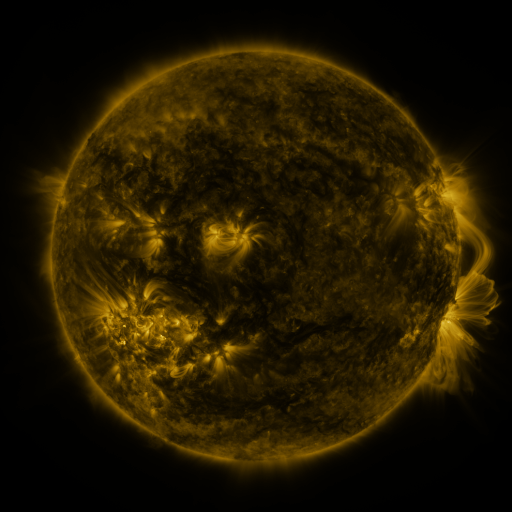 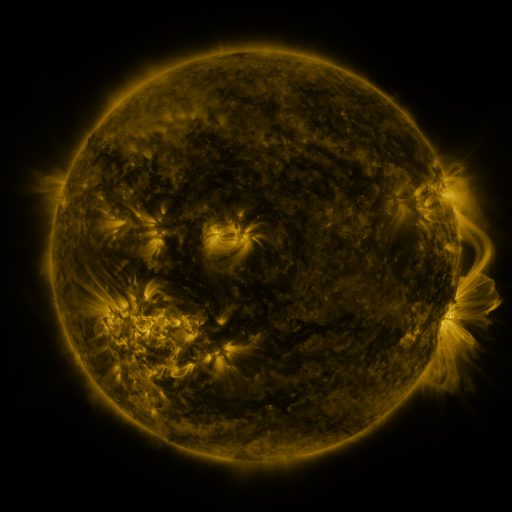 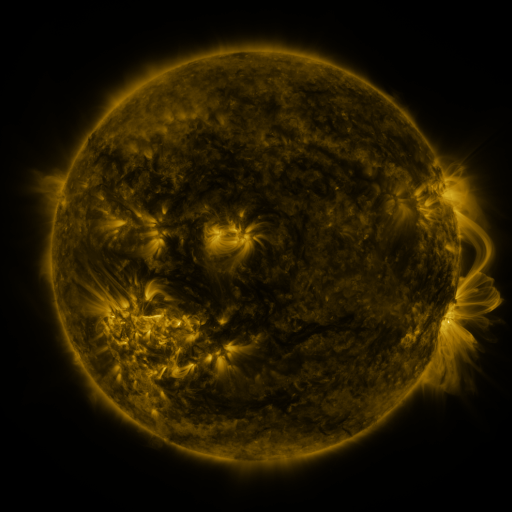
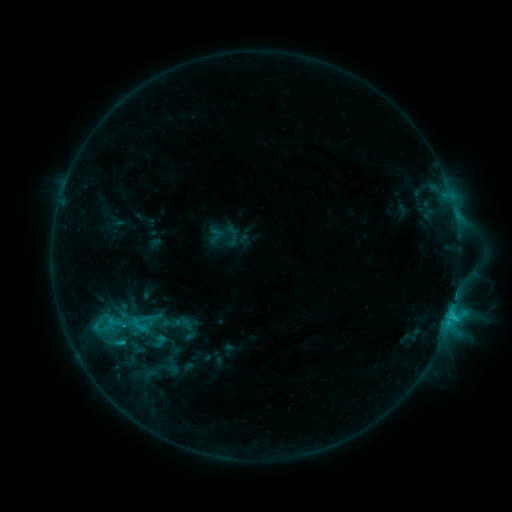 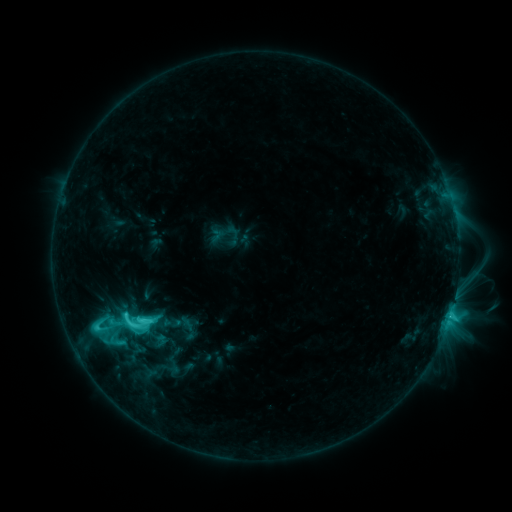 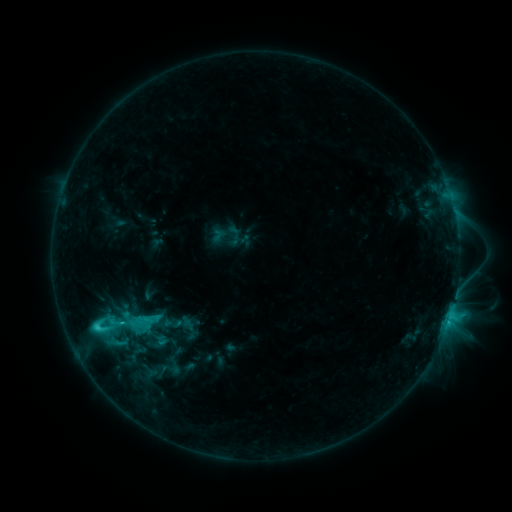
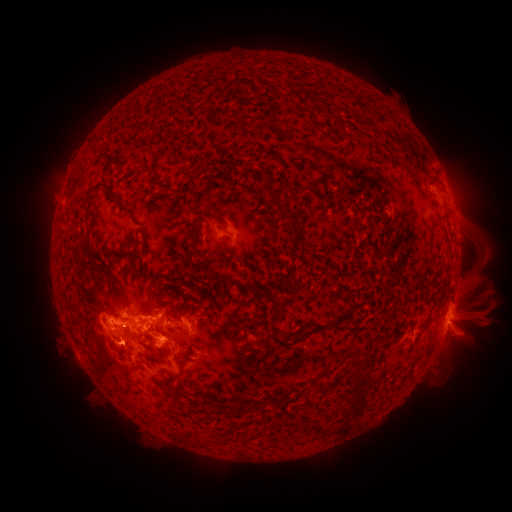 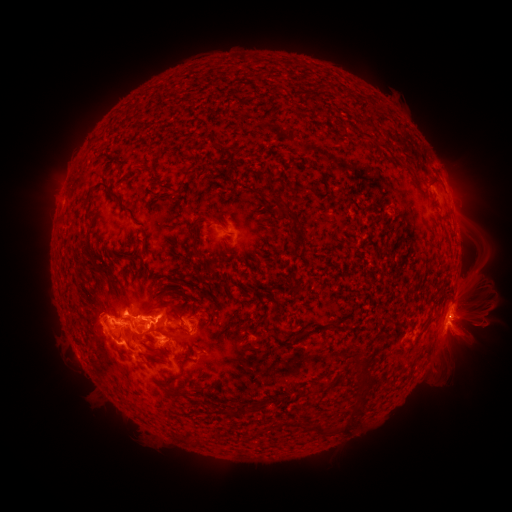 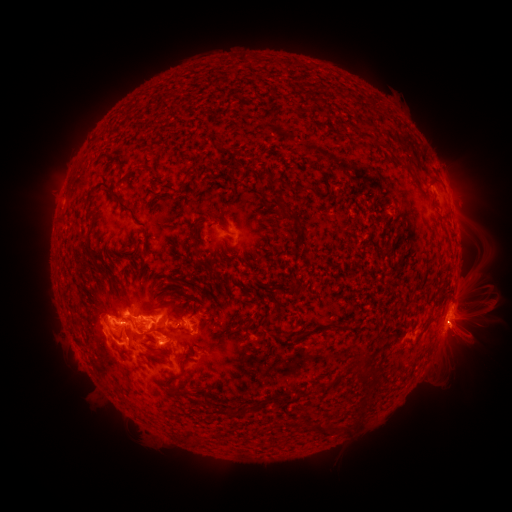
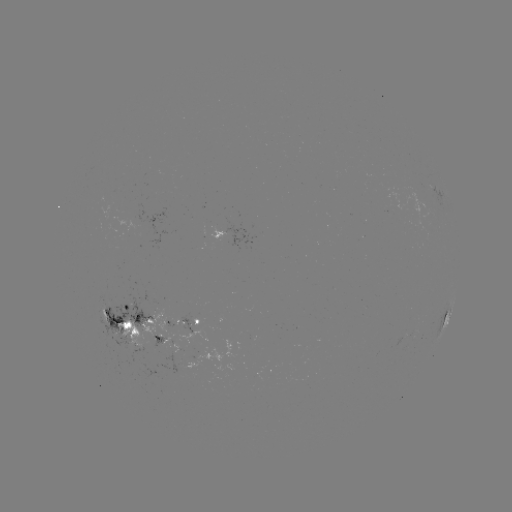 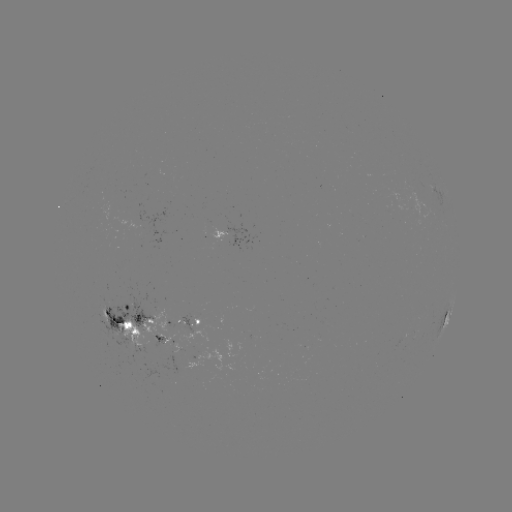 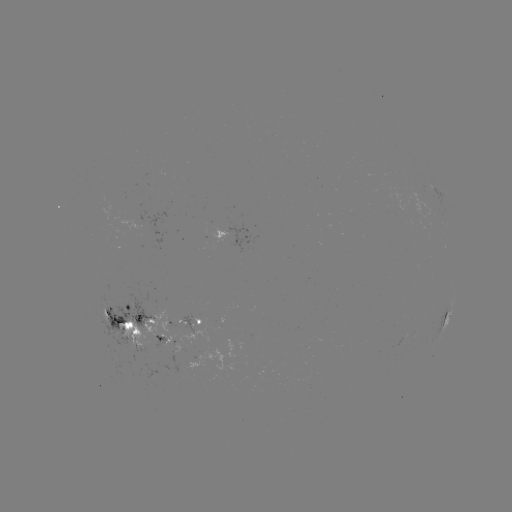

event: flare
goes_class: C7.9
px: (143, 319)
